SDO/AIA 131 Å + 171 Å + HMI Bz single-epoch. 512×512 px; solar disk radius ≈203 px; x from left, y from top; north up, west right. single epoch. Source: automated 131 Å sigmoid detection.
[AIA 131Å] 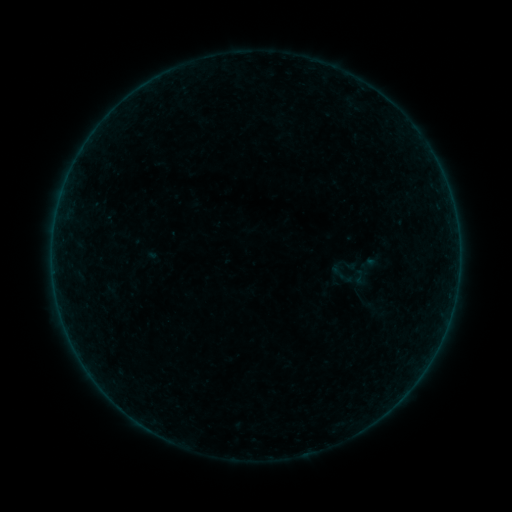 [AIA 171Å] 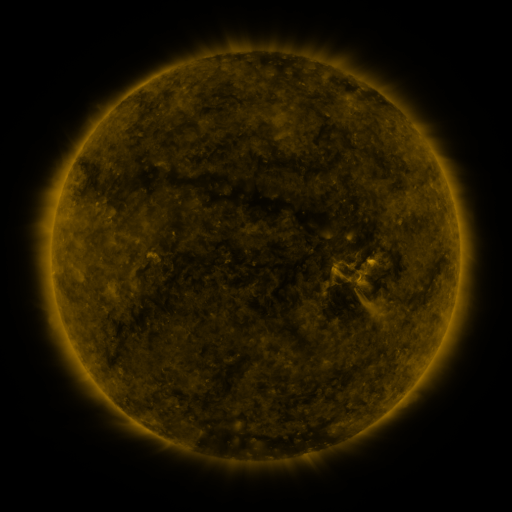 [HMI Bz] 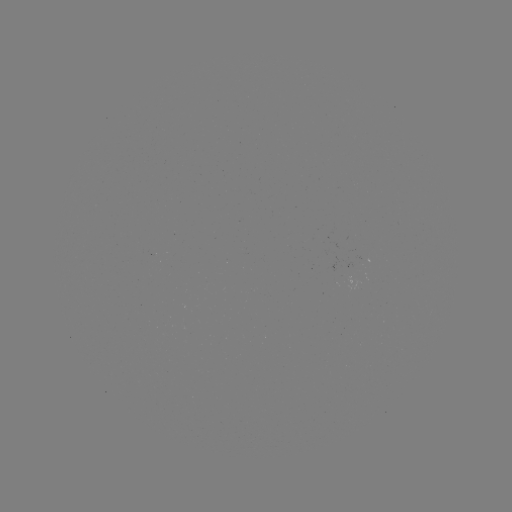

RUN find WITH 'sigmoid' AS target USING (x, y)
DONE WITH (338, 272) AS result